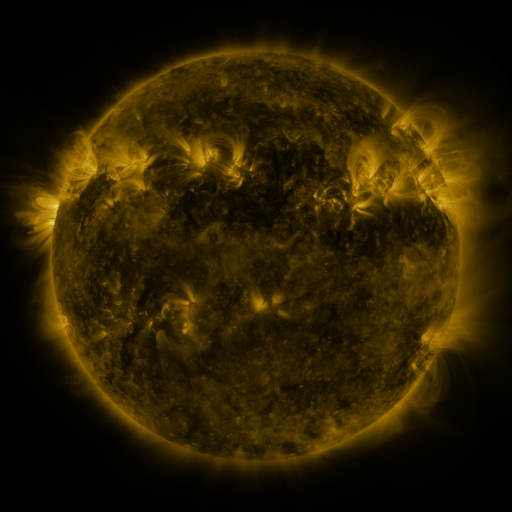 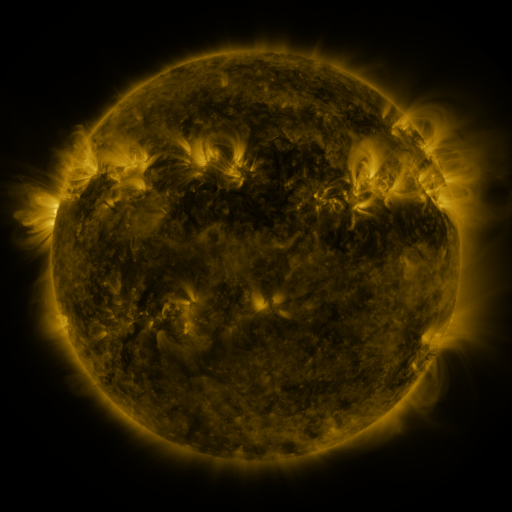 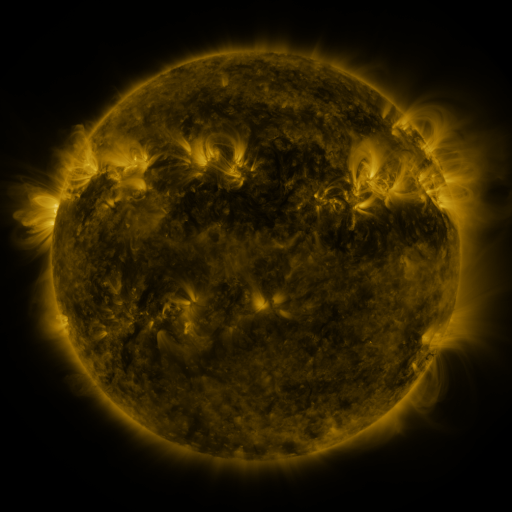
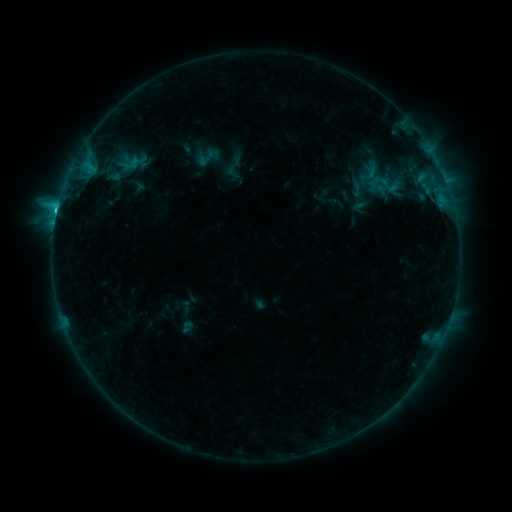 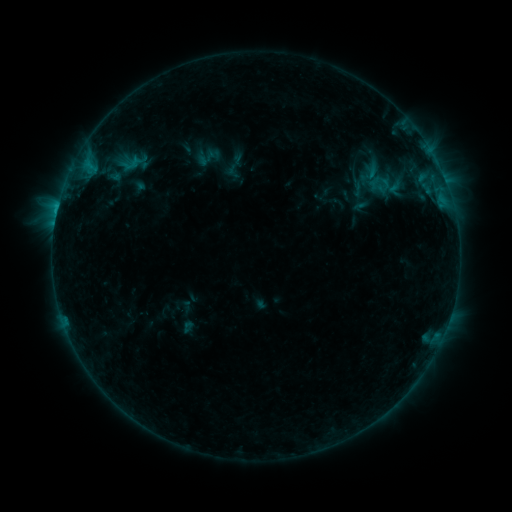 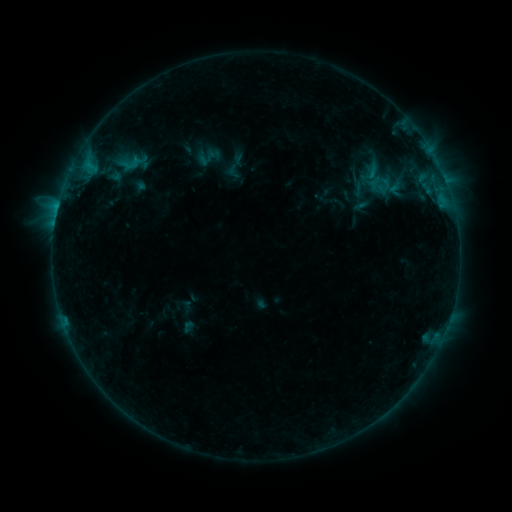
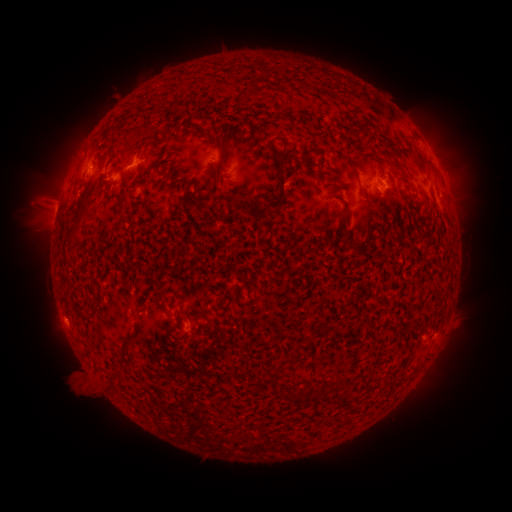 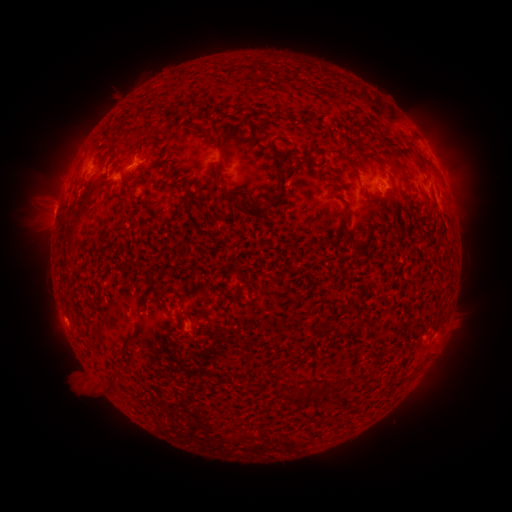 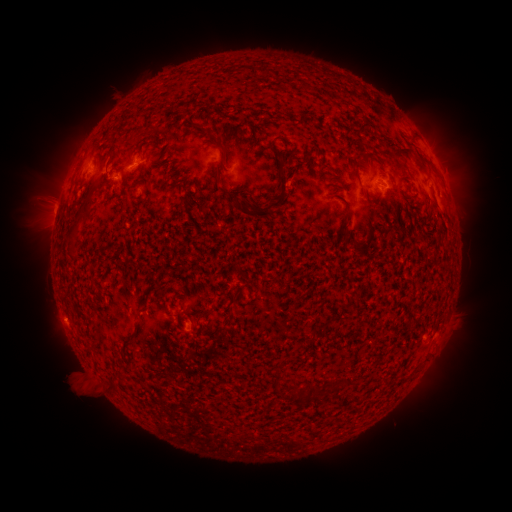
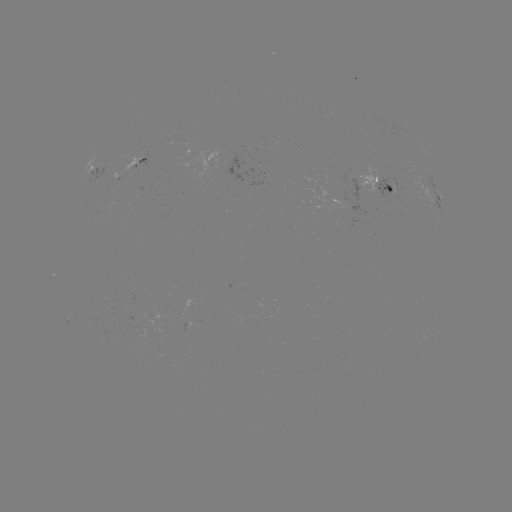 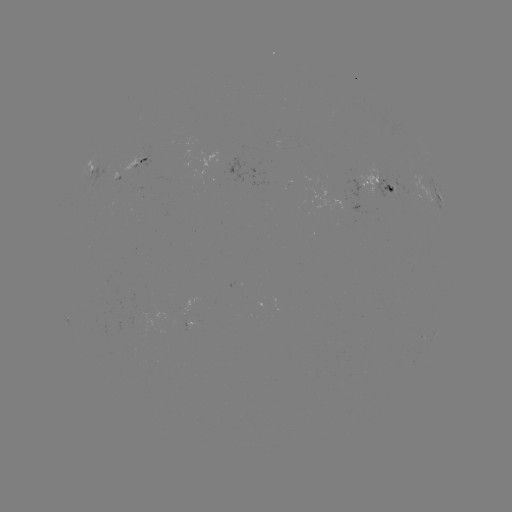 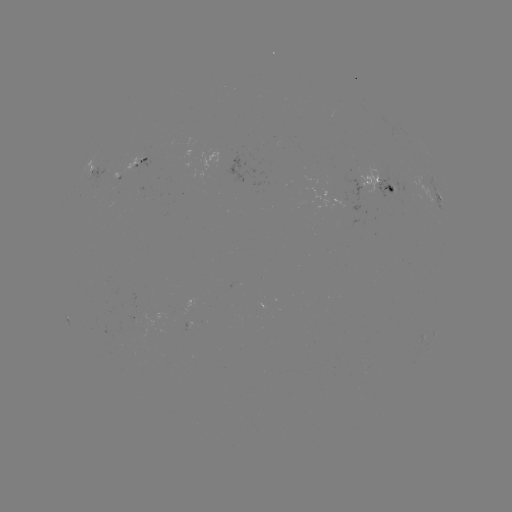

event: emerging-flux region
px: (359, 186)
